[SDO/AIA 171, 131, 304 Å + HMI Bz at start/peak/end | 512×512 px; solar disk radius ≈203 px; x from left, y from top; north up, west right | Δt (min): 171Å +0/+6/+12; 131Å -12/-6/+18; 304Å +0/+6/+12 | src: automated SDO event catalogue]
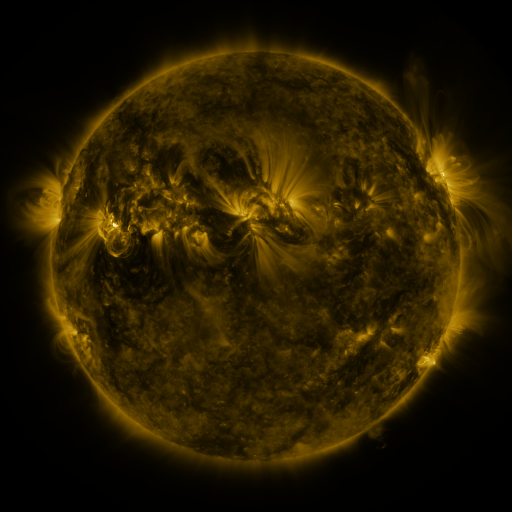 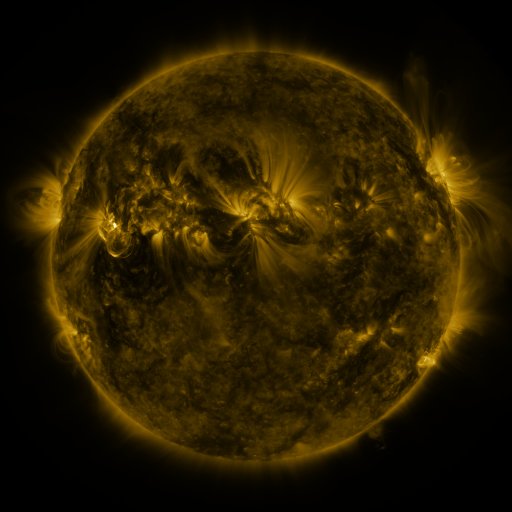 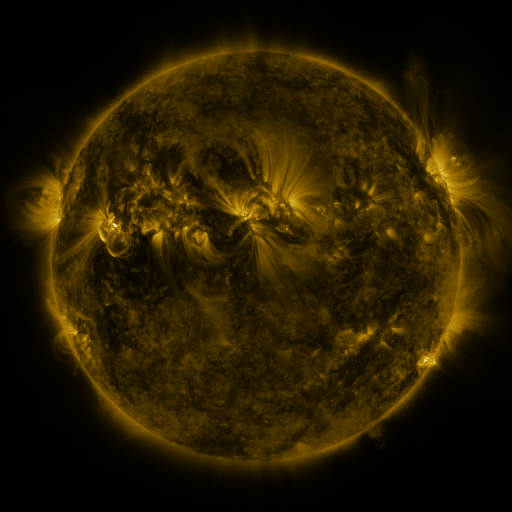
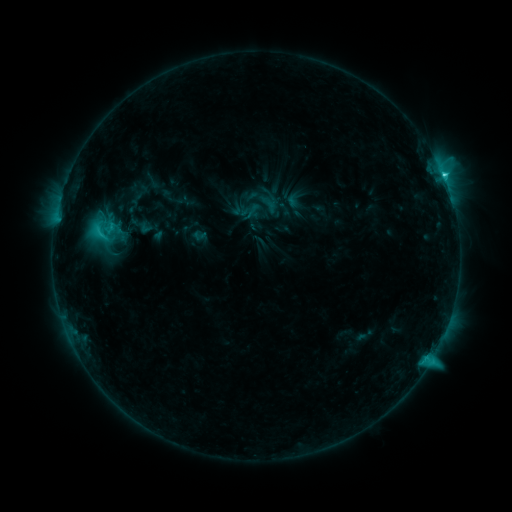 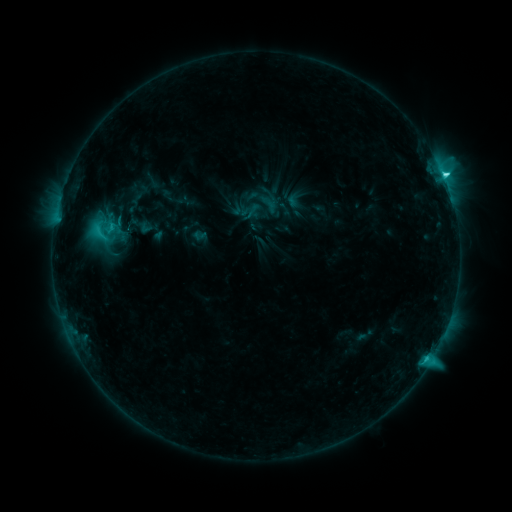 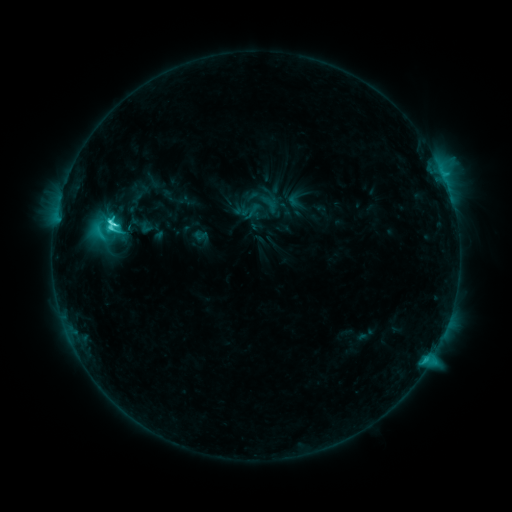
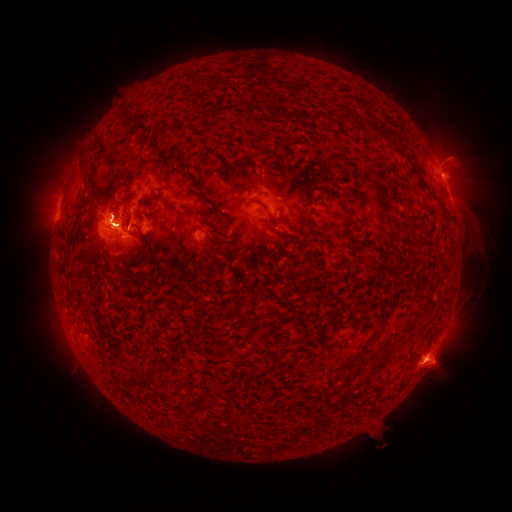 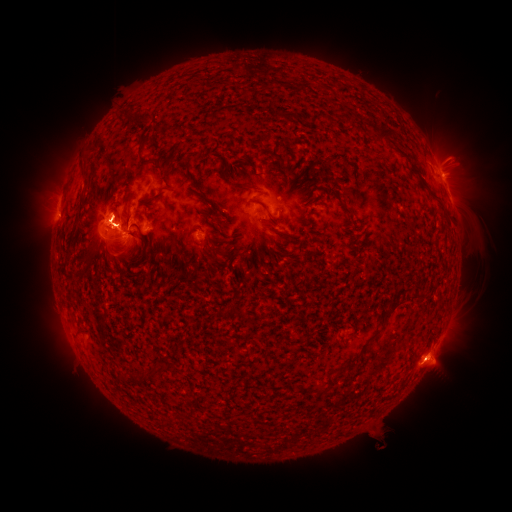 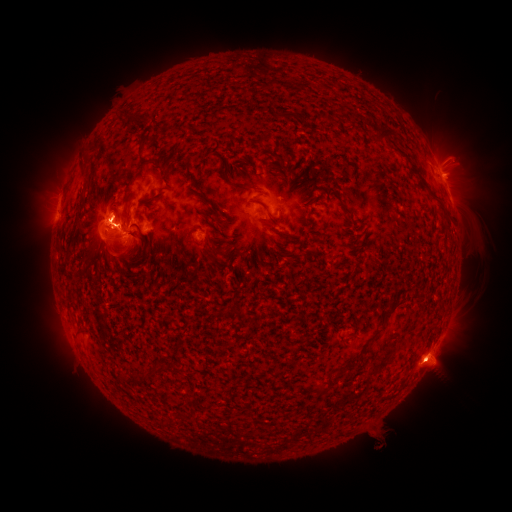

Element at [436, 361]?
eruption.